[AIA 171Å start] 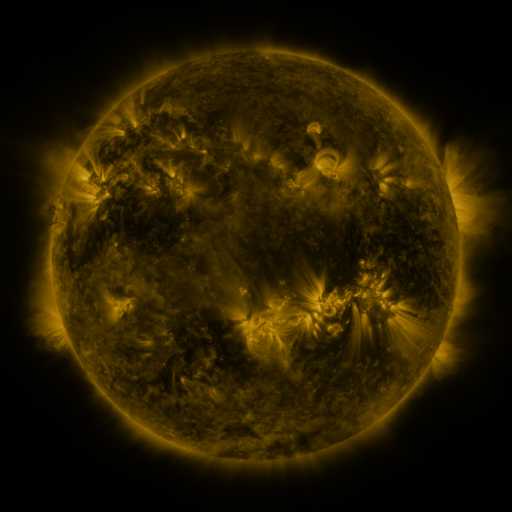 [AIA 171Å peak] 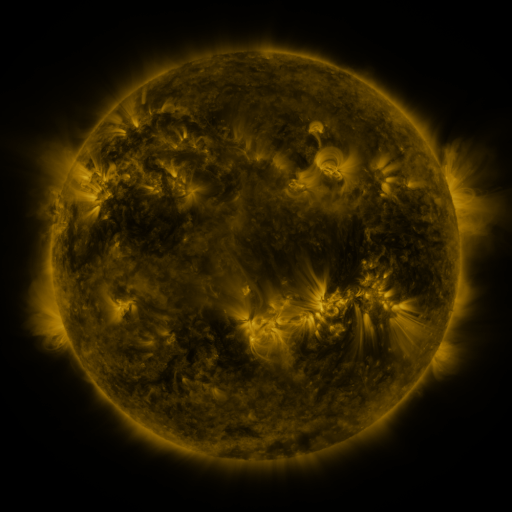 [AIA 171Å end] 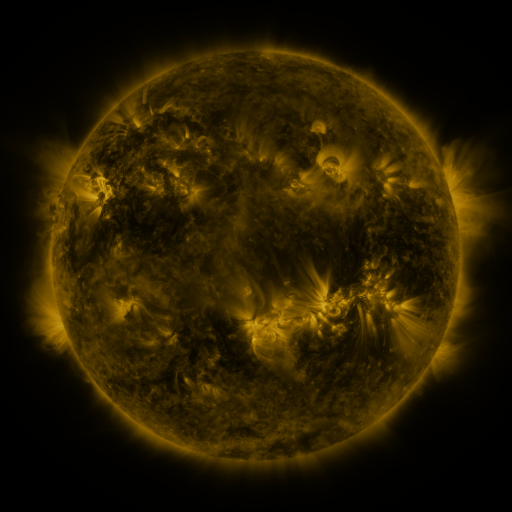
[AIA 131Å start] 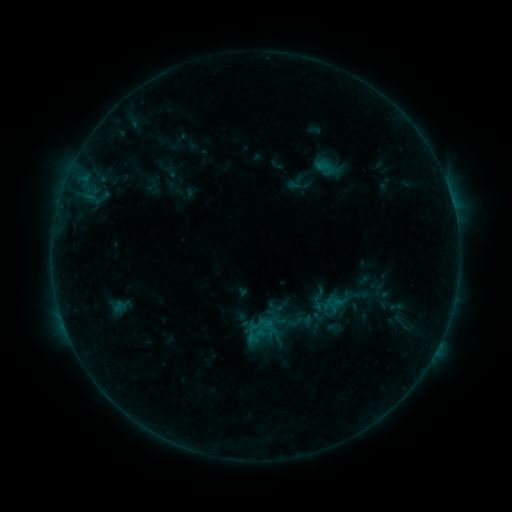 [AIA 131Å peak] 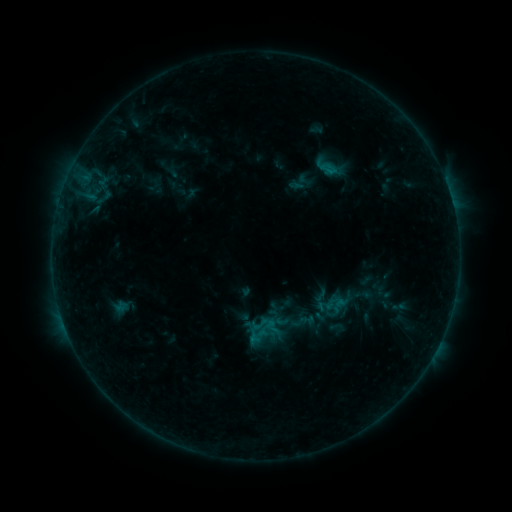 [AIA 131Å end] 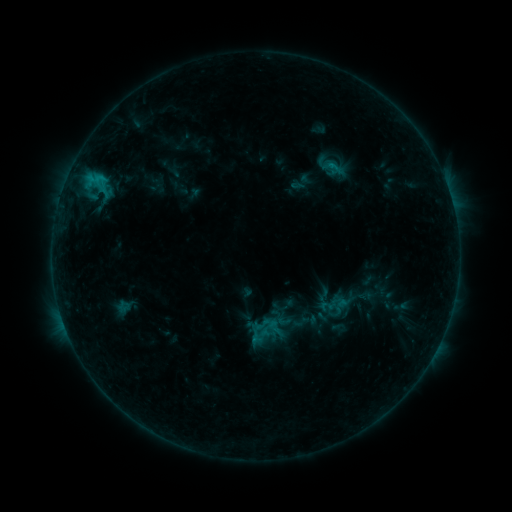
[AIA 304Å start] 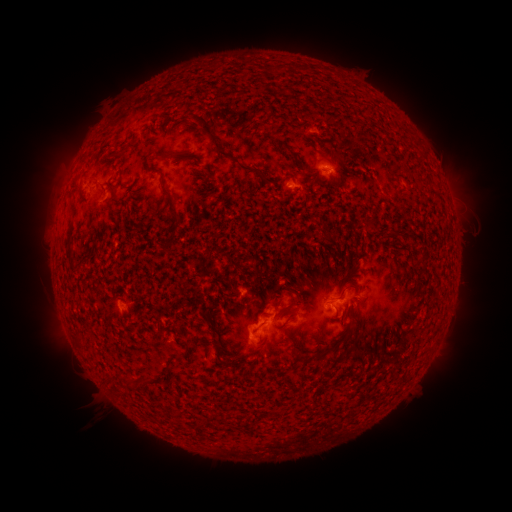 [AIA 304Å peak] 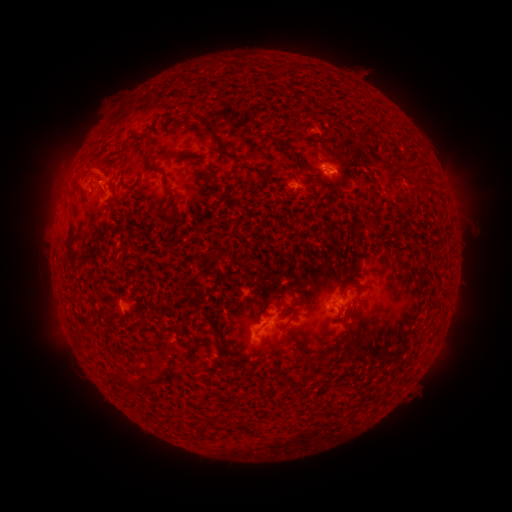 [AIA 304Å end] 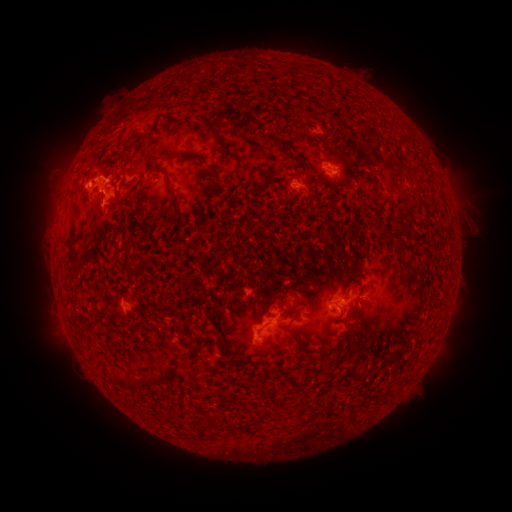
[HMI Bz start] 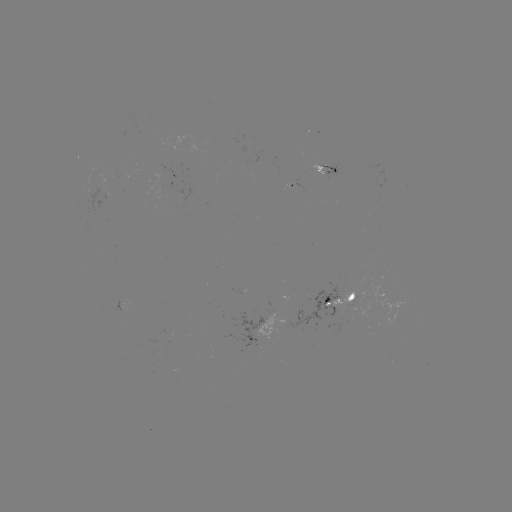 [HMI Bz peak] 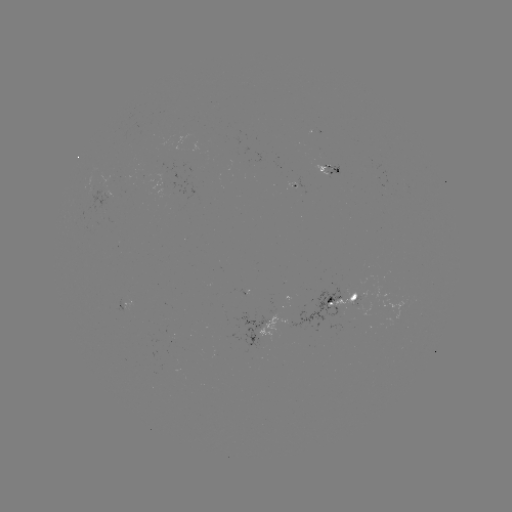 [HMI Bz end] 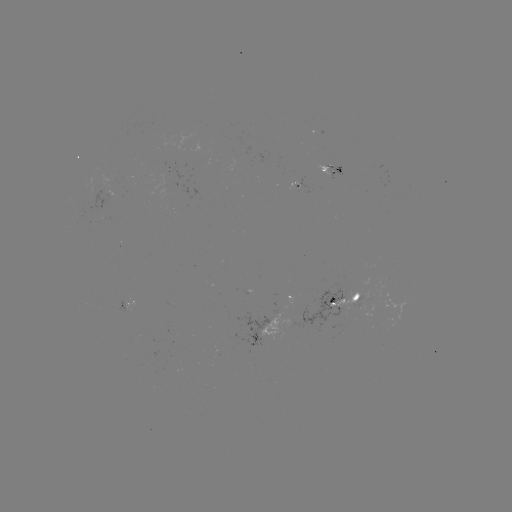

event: filament eruption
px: (77, 139)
